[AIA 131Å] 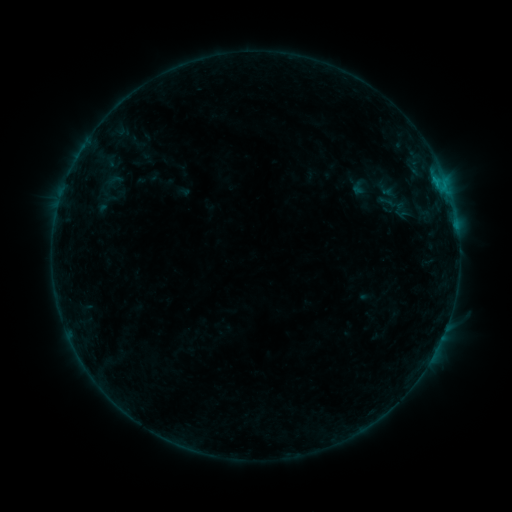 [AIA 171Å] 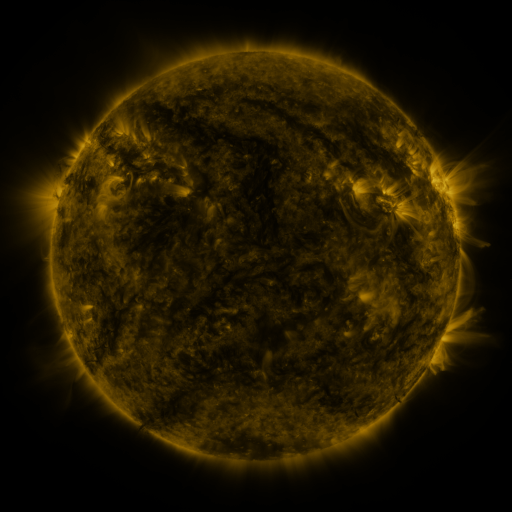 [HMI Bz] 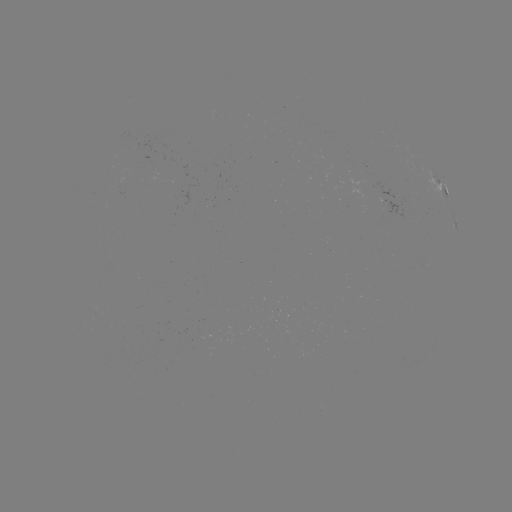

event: sigmoid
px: (115, 180)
